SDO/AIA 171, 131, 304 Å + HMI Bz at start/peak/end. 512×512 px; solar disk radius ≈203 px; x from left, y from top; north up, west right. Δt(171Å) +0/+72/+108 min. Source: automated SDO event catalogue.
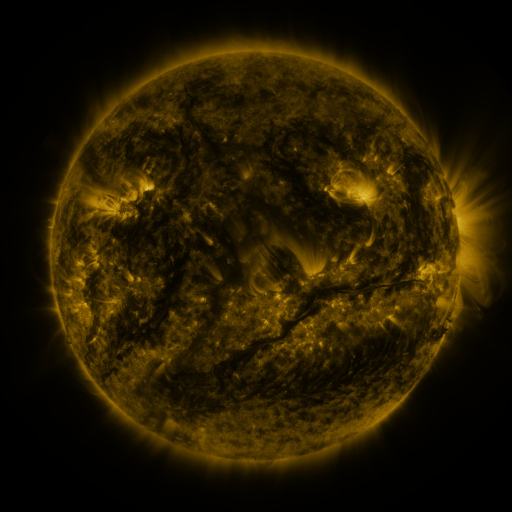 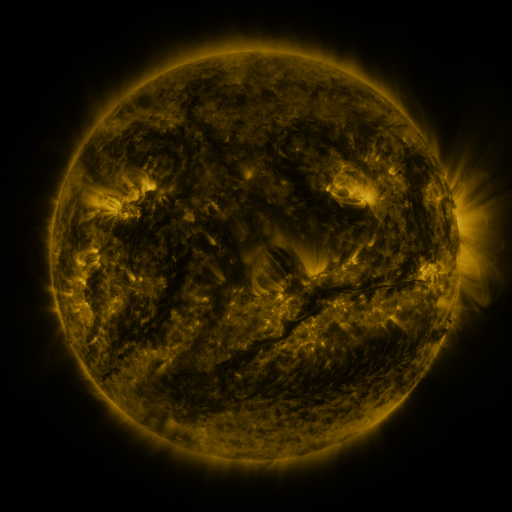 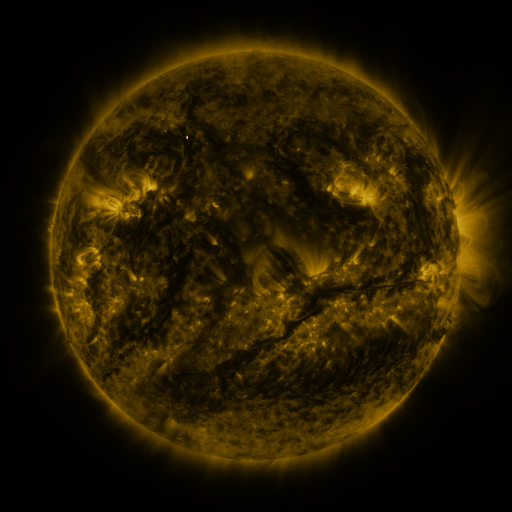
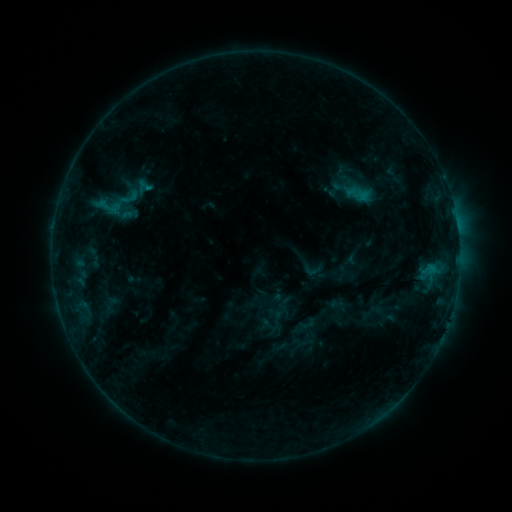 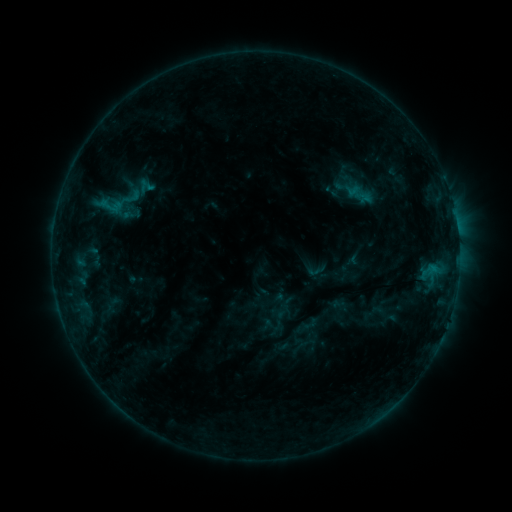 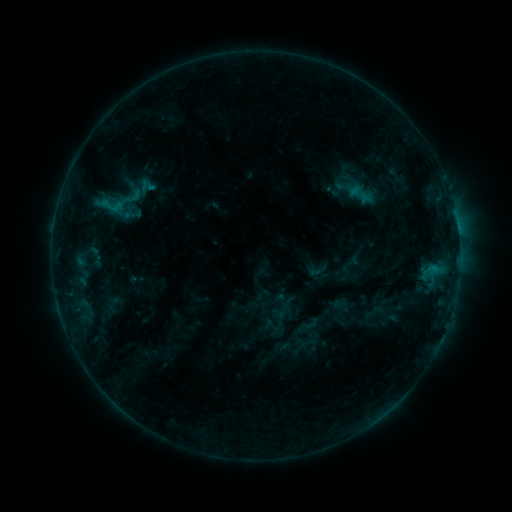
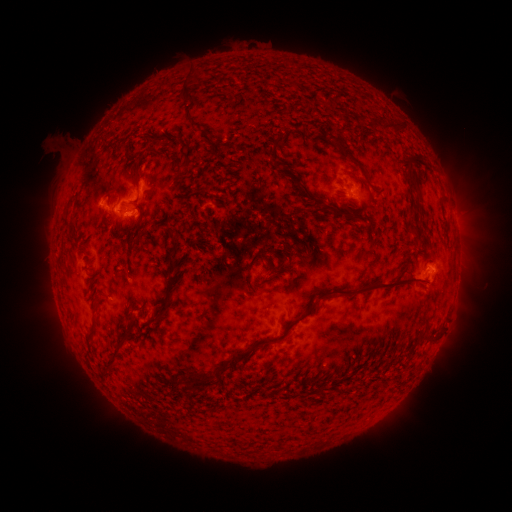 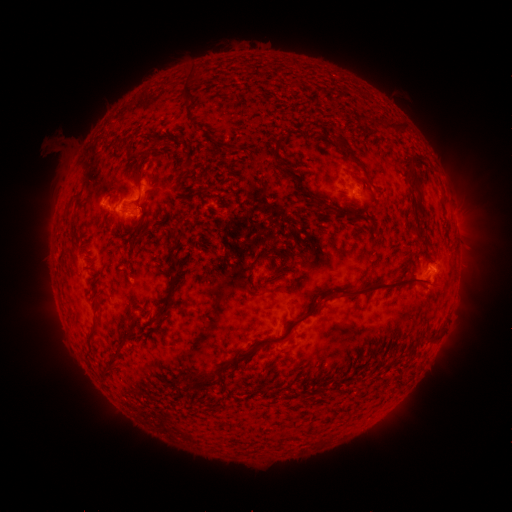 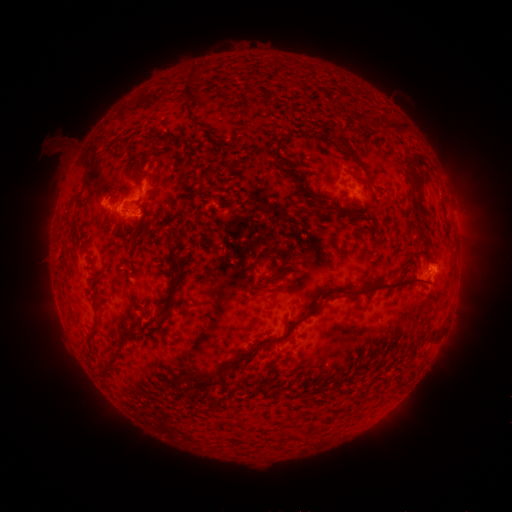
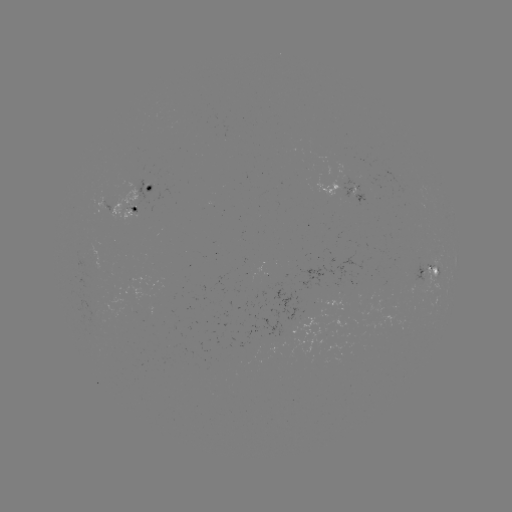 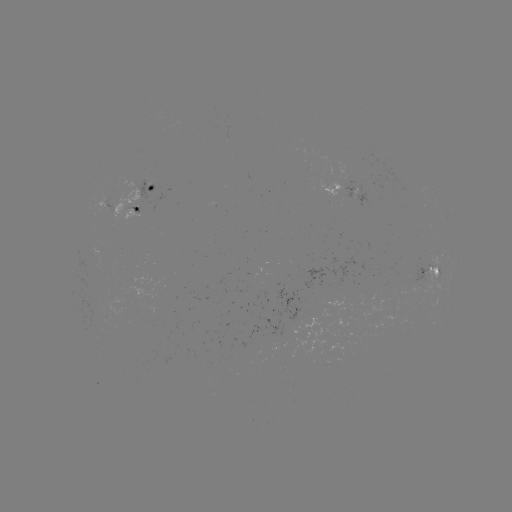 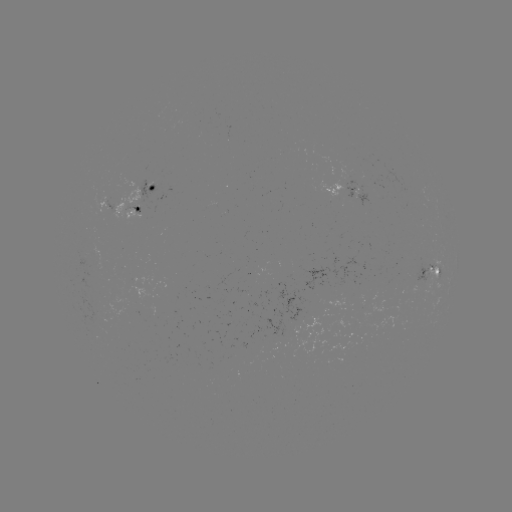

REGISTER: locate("emerging-flux region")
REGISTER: (349, 197)